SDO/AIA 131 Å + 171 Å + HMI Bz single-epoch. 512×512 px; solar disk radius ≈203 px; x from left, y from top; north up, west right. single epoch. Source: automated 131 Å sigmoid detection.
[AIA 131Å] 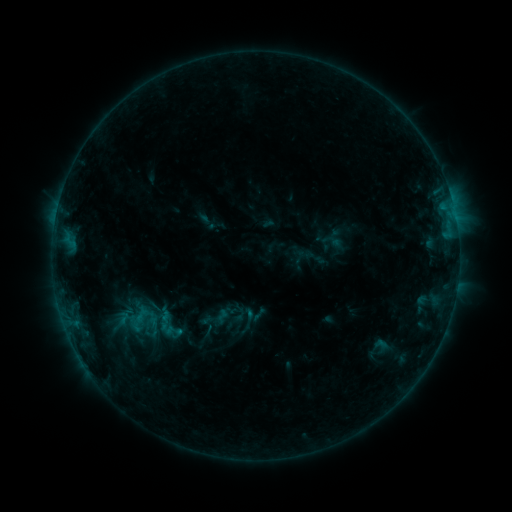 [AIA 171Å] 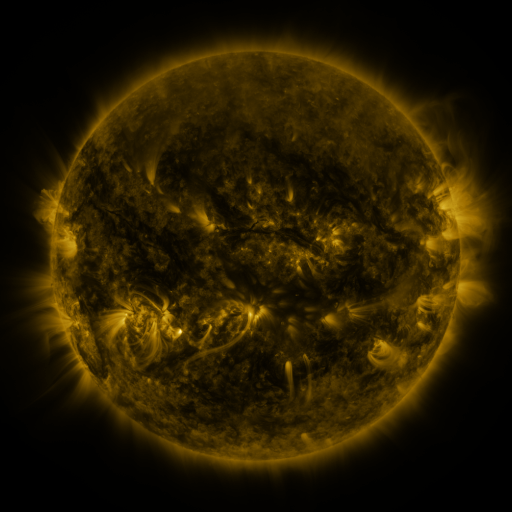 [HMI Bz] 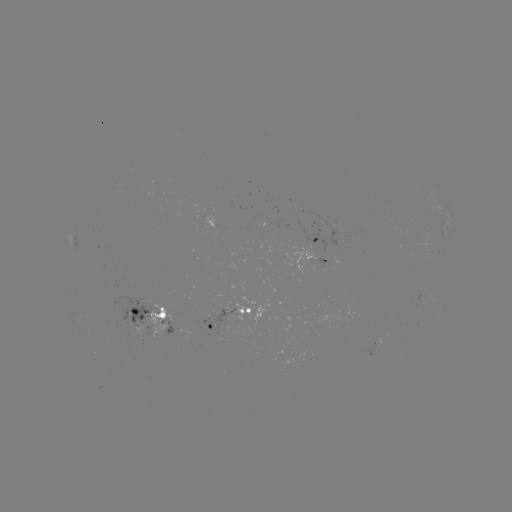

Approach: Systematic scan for sigmoid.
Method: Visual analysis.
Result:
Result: sigmoid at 168,325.